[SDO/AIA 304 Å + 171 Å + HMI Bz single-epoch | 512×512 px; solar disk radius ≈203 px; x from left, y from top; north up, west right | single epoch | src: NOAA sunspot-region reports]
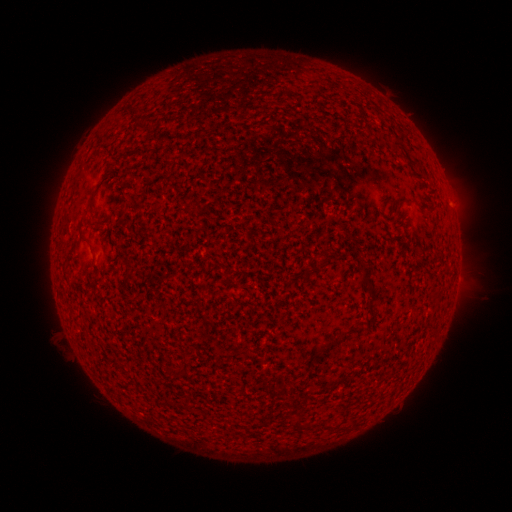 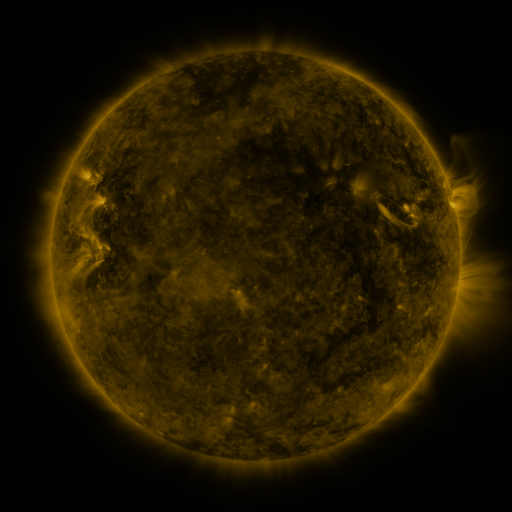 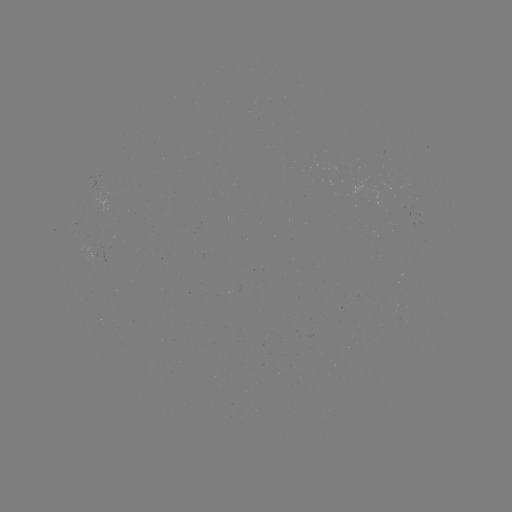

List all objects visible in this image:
(none)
